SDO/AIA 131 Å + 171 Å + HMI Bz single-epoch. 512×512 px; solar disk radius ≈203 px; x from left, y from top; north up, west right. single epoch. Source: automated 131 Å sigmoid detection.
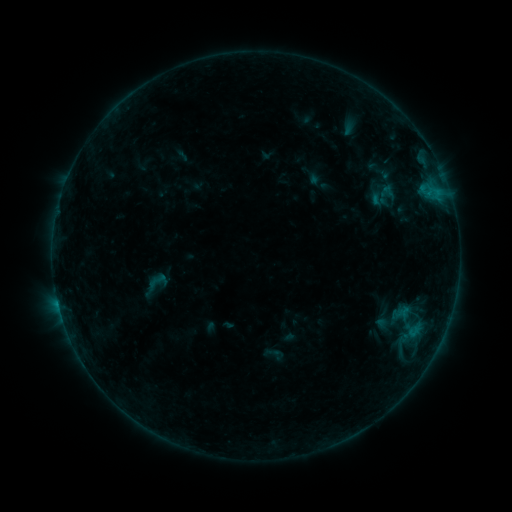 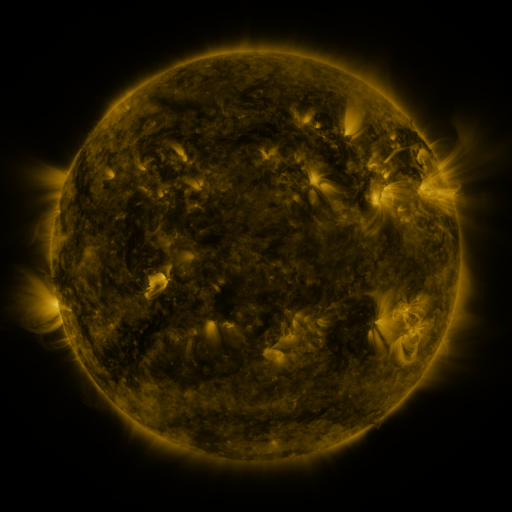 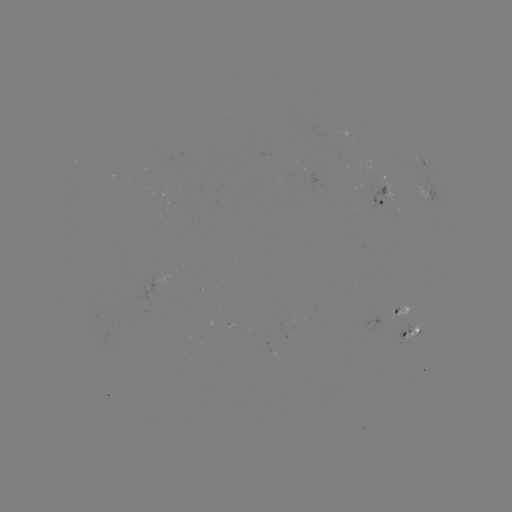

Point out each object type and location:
sigmoid: (385, 195)
sigmoid: (159, 281)
